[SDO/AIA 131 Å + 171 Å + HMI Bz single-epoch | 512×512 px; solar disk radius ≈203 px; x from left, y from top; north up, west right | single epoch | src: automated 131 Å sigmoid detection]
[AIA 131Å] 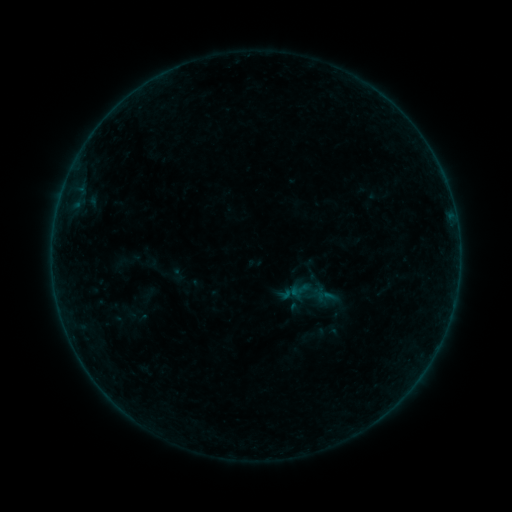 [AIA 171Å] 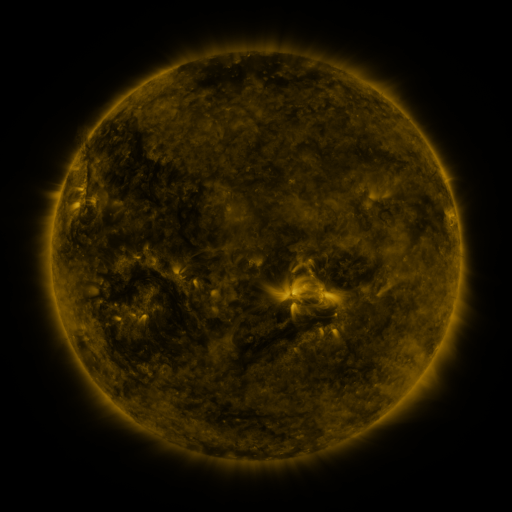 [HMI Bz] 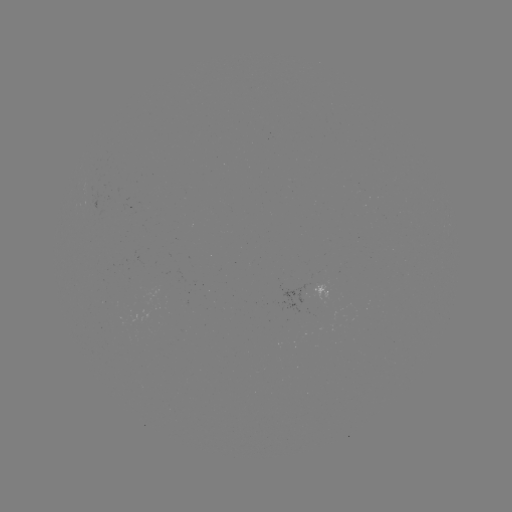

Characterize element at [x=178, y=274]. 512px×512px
sigmoid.